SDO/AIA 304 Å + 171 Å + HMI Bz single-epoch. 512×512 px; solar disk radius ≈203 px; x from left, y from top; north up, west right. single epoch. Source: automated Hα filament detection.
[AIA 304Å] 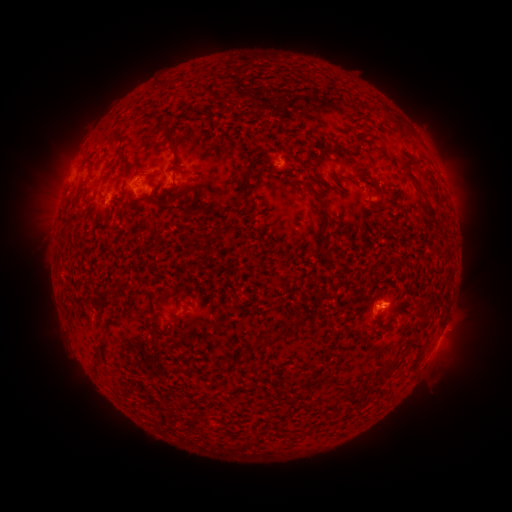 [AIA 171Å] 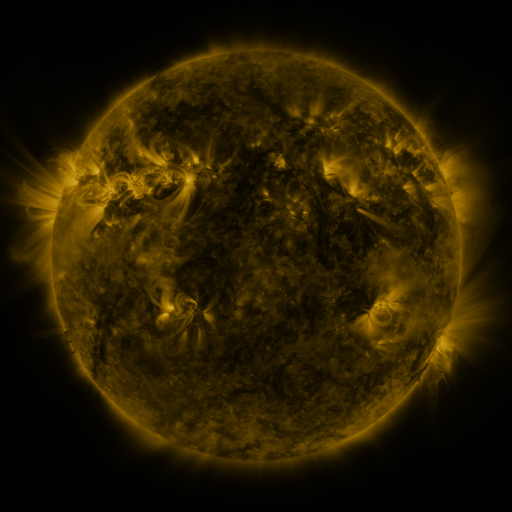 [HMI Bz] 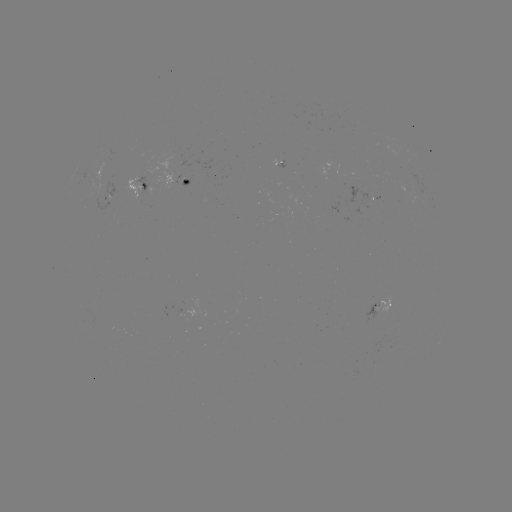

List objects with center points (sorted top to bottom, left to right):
filament: <bbox>396, 123, 406, 134</bbox>
filament: <bbox>163, 125, 177, 148</bbox>
filament: <bbox>337, 147, 346, 156</bbox>
filament: <bbox>399, 157, 436, 223</bbox>
filament: <bbox>240, 175, 253, 209</bbox>
filament: <bbox>306, 185, 324, 204</bbox>
filament: <bbox>184, 243, 197, 259</bbox>
filament: <bbox>330, 260, 340, 266</bbox>
filament: <bbox>313, 293, 336, 302</bbox>
filament: <bbox>168, 313, 178, 323</bbox>
filament: <bbox>282, 314, 306, 331</bbox>
filament: <bbox>377, 324, 392, 333</bbox>
filament: <bbox>387, 361, 396, 373</bbox>
filament: <bbox>302, 372, 312, 387</bbox>
